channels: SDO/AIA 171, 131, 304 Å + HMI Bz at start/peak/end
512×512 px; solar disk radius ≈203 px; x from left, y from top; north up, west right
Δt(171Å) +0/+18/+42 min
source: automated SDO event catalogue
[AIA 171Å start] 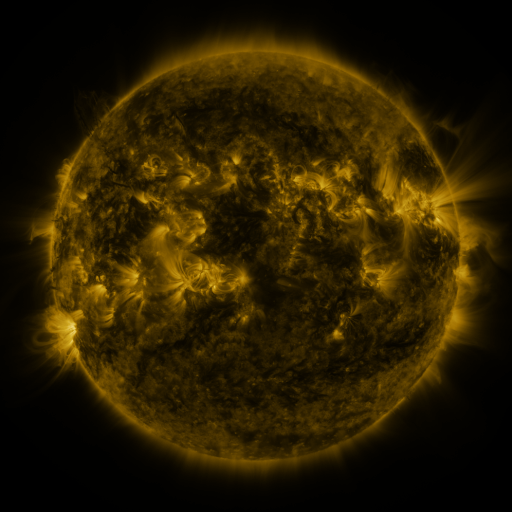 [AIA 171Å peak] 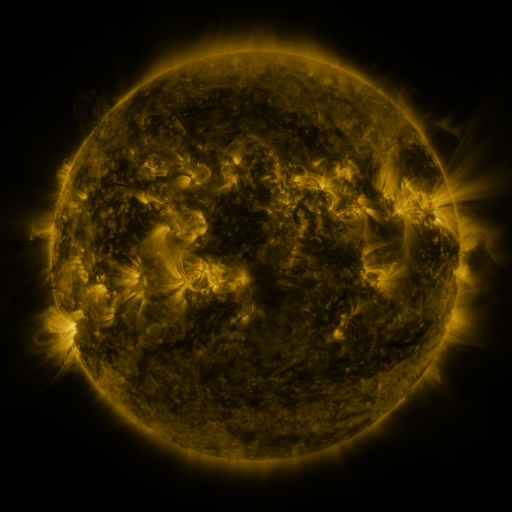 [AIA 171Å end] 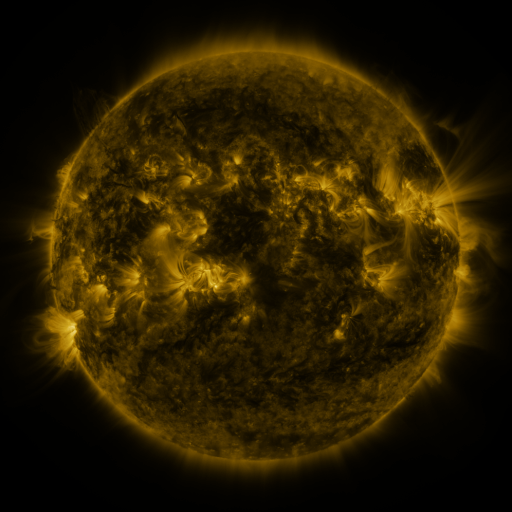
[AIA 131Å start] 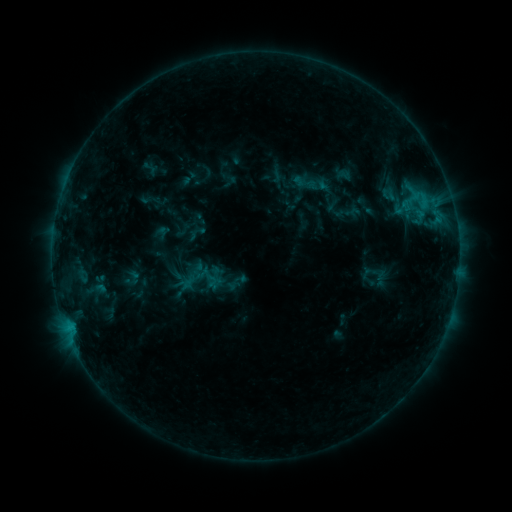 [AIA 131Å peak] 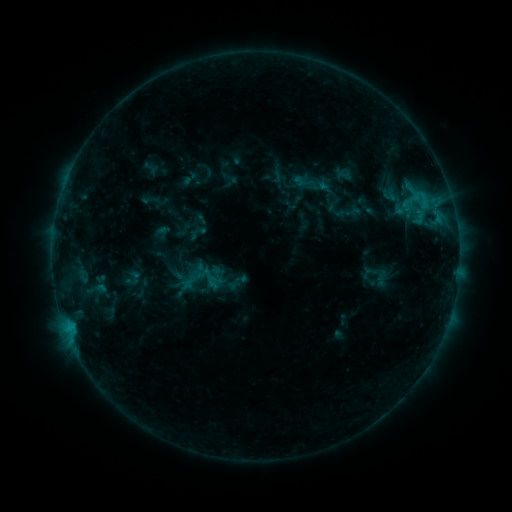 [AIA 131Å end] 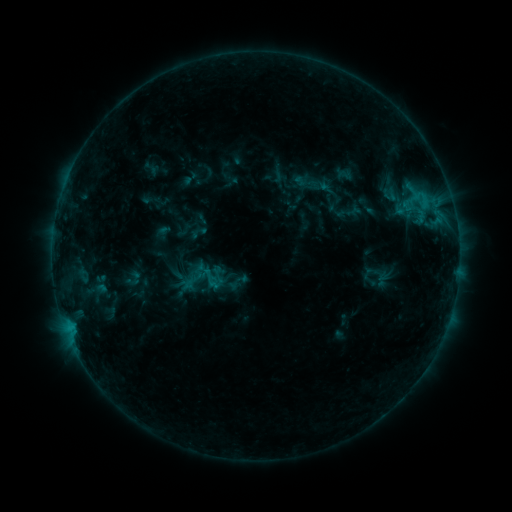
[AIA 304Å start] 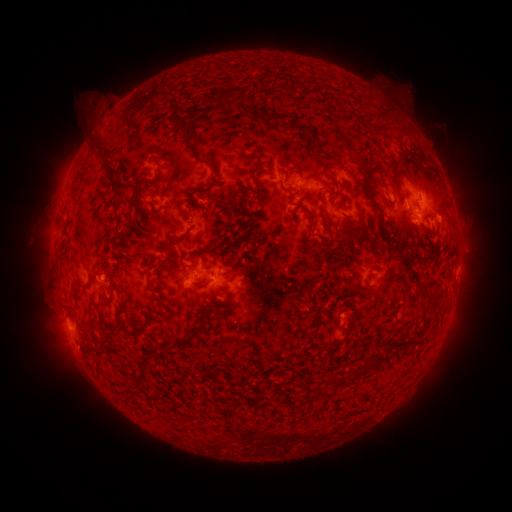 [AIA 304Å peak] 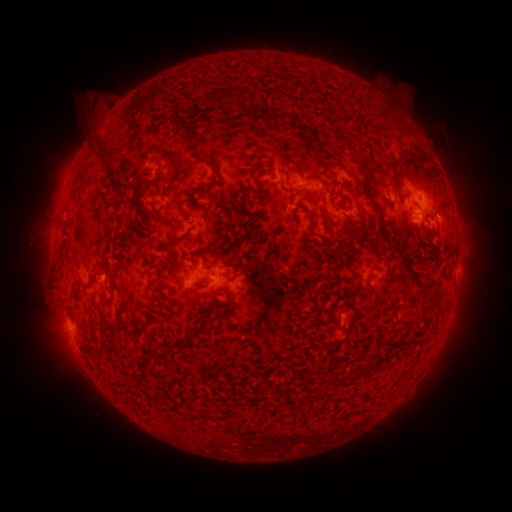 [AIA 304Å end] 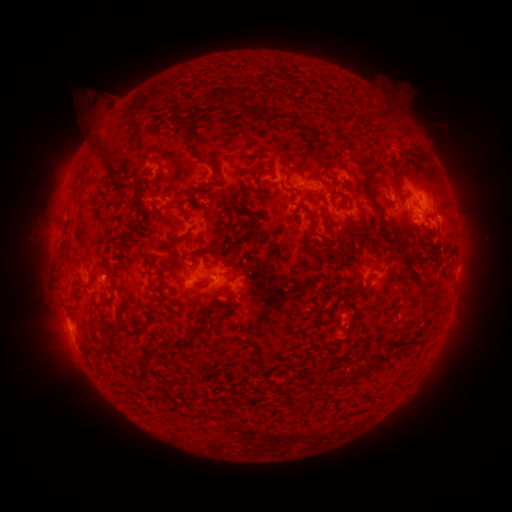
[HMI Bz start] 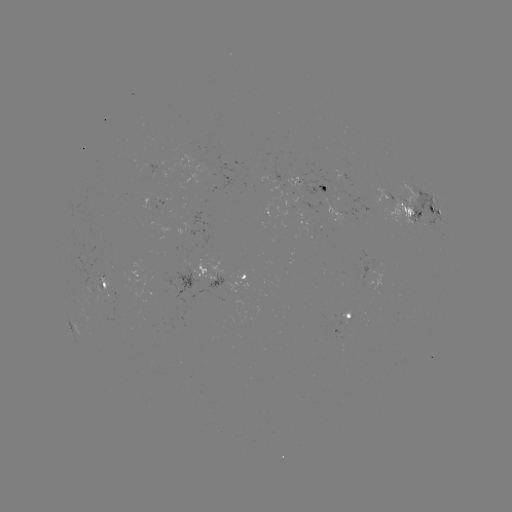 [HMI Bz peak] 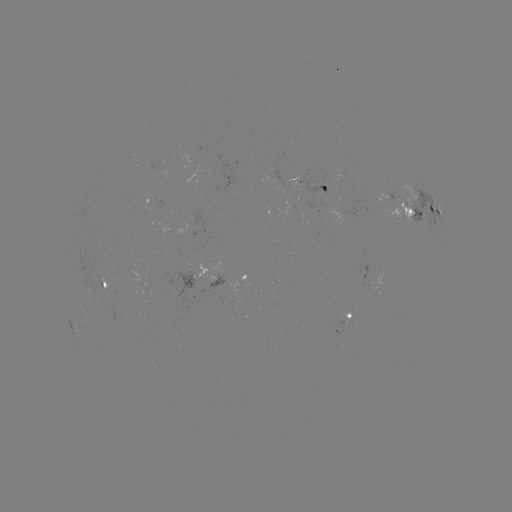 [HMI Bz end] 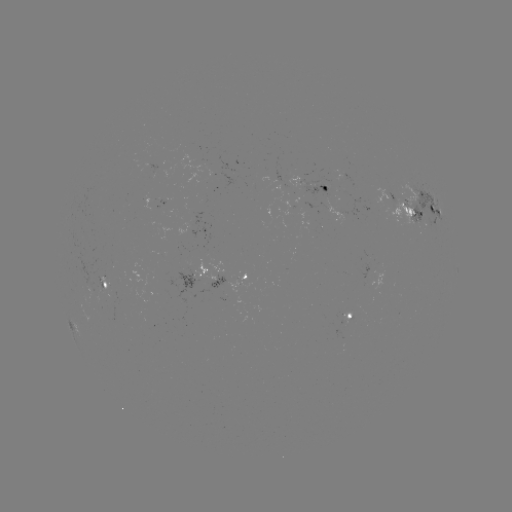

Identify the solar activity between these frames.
no flare in any classed list; no EUV-trigger detection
